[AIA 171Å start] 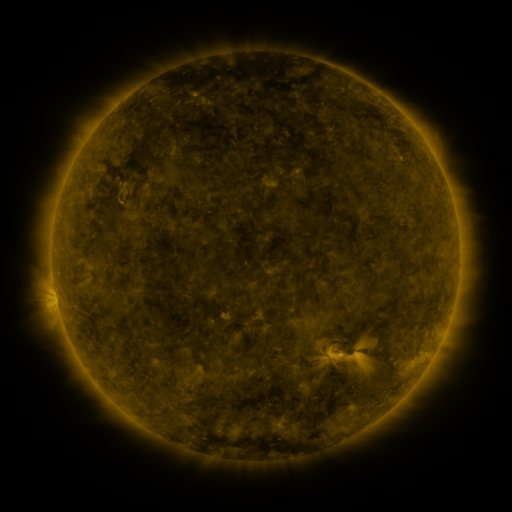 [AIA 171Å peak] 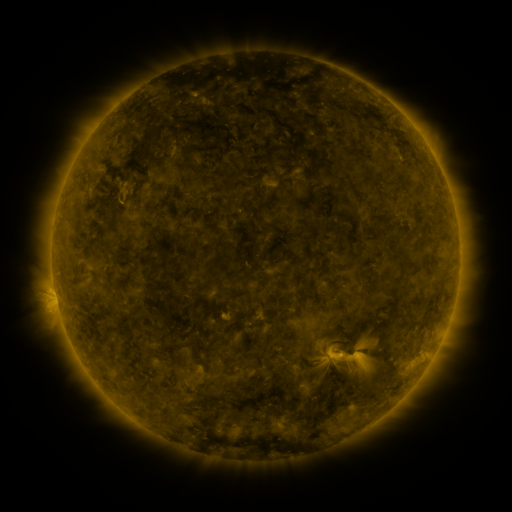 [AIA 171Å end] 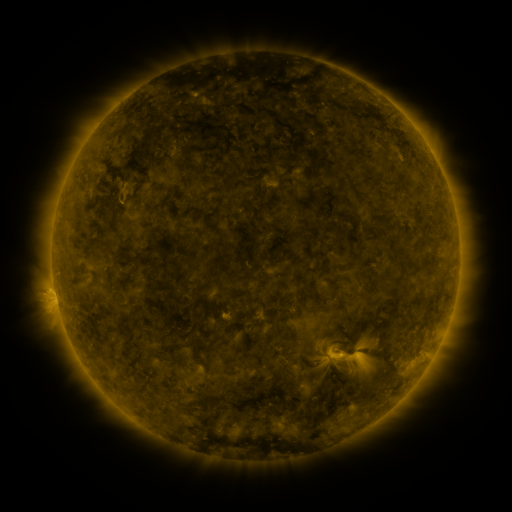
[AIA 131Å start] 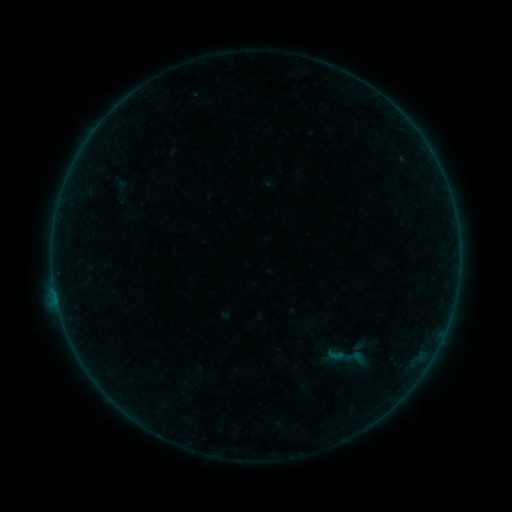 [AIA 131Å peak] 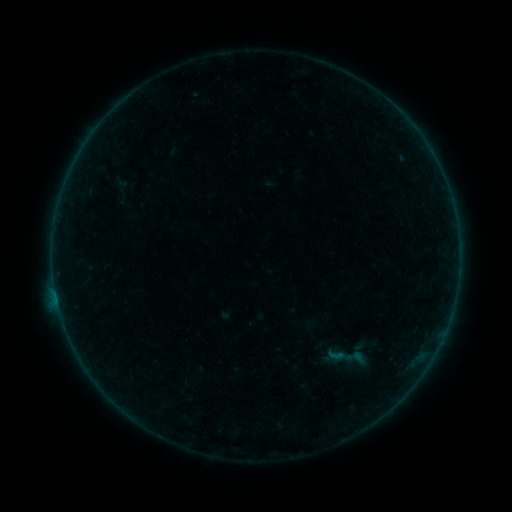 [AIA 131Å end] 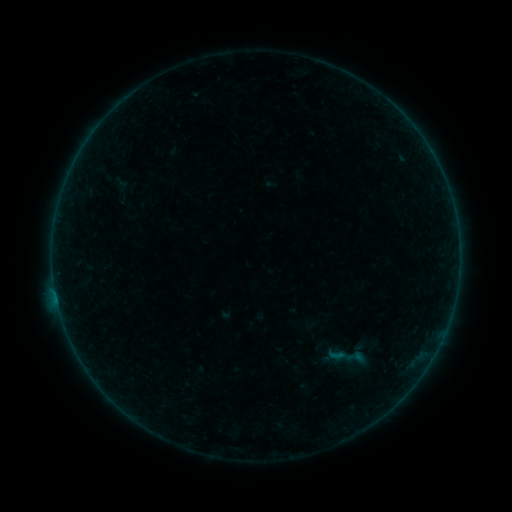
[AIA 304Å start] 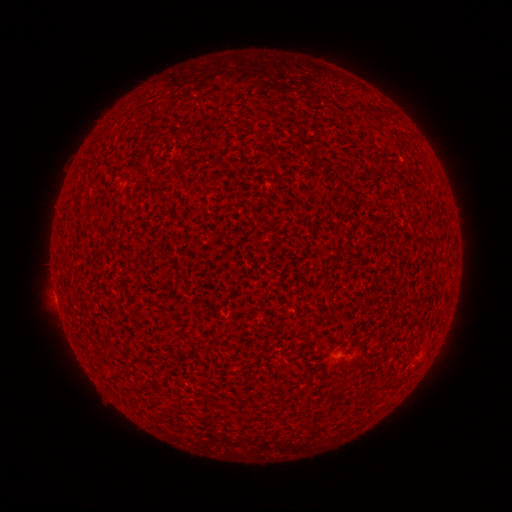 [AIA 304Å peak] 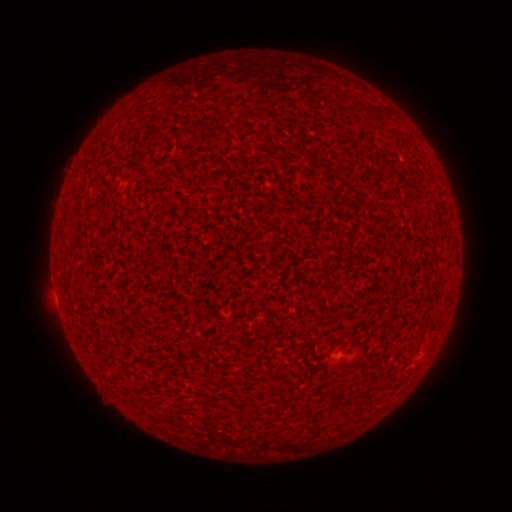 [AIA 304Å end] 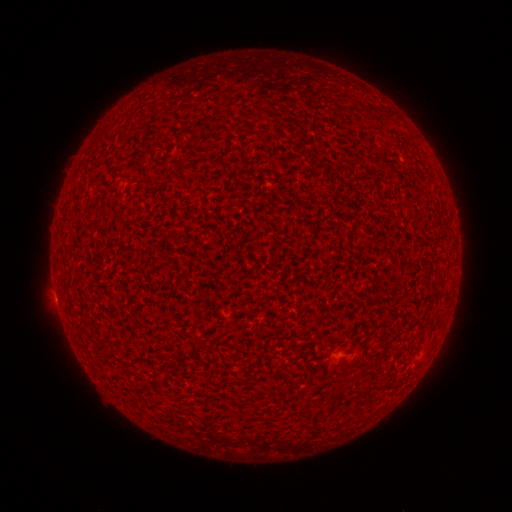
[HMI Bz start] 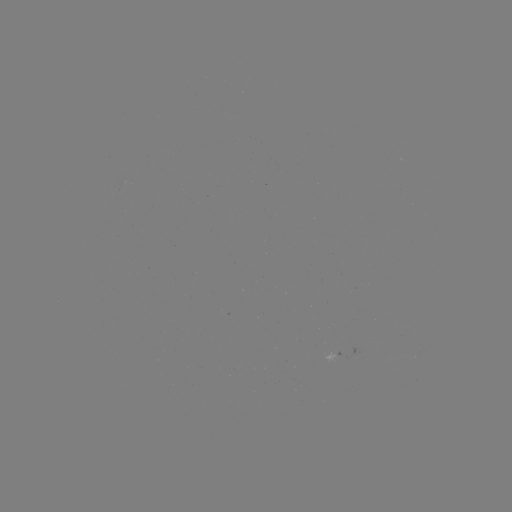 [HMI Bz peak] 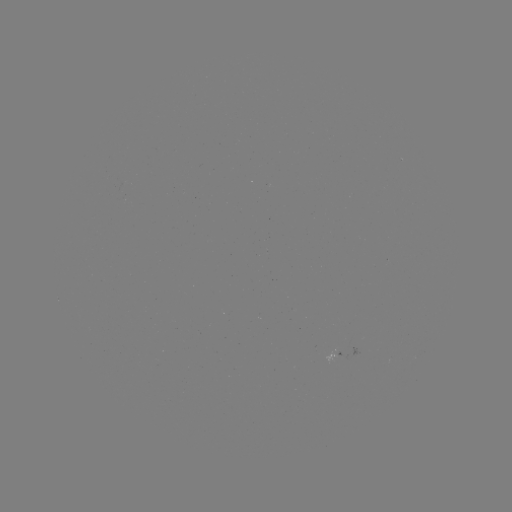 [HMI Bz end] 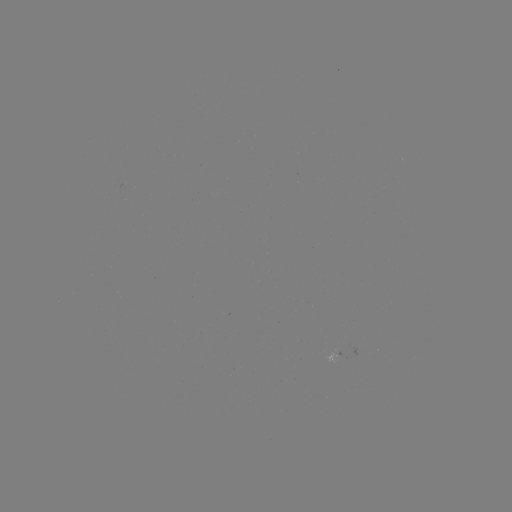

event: flare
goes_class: A3.8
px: (56, 295)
